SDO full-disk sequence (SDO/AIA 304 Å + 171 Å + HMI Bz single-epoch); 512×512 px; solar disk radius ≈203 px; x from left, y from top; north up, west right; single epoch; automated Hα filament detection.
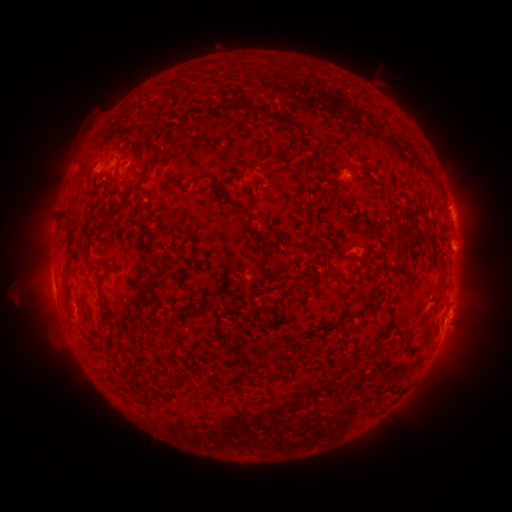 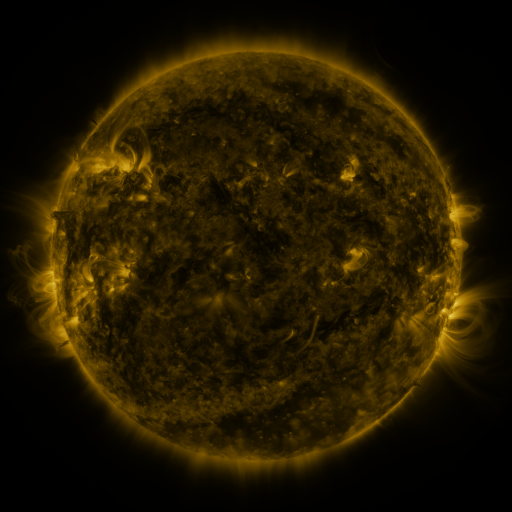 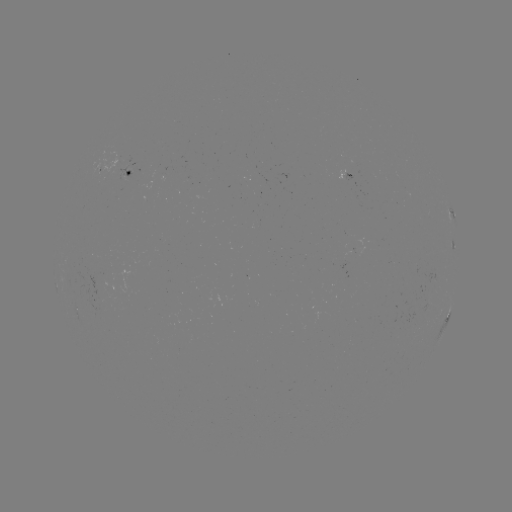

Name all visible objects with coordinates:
filament: (275, 64)
filament: (224, 111)
filament: (266, 114)
filament: (303, 145)
filament: (167, 176)
filament: (218, 186)
filament: (129, 193)
filament: (65, 215)
filament: (69, 252)
filament: (338, 258)
filament: (338, 277)
filament: (104, 278)
filament: (67, 304)
filament: (362, 310)
filament: (425, 323)
filament: (329, 328)
